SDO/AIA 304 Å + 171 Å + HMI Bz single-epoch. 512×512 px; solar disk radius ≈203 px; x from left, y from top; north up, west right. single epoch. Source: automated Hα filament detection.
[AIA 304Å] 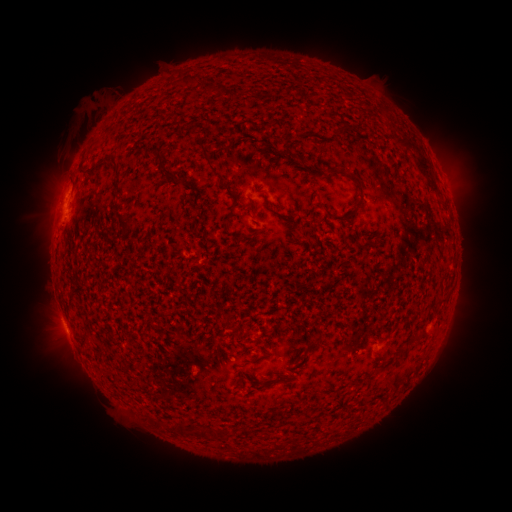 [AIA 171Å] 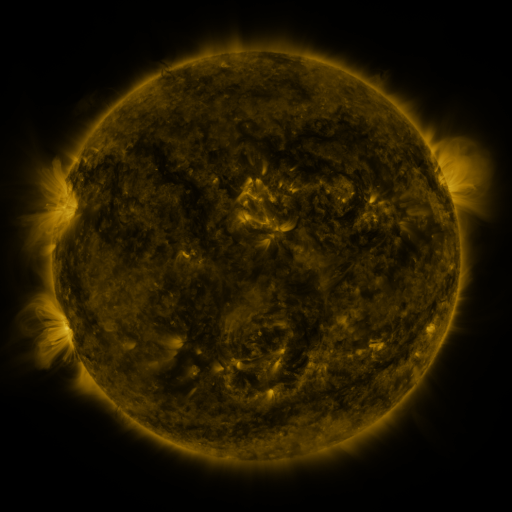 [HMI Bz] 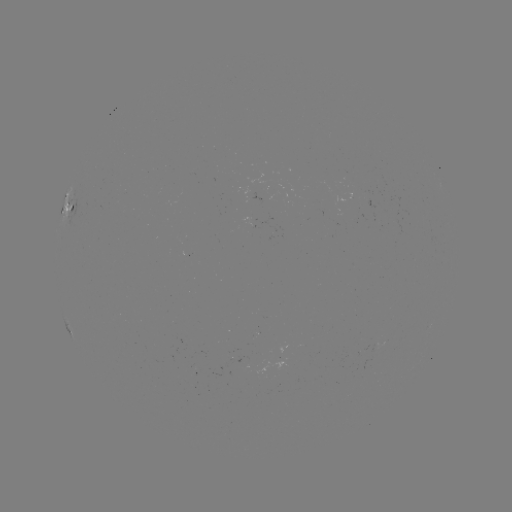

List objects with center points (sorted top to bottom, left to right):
filament: <bbox>182, 74, 199, 84</bbox>
filament: <bbox>395, 137, 416, 152</bbox>
filament: <bbox>200, 143, 211, 160</bbox>
filament: <bbox>83, 154, 113, 175</bbox>
filament: <bbox>416, 156, 430, 179</bbox>
filament: <bbox>349, 172, 365, 202</bbox>
filament: <bbox>318, 200, 338, 220</bbox>
filament: <bbox>224, 208, 235, 227</bbox>
filament: <bbox>115, 209, 134, 229</bbox>
filament: <bbox>435, 297, 448, 306</bbox>
filament: <bbox>303, 339, 320, 355</bbox>
